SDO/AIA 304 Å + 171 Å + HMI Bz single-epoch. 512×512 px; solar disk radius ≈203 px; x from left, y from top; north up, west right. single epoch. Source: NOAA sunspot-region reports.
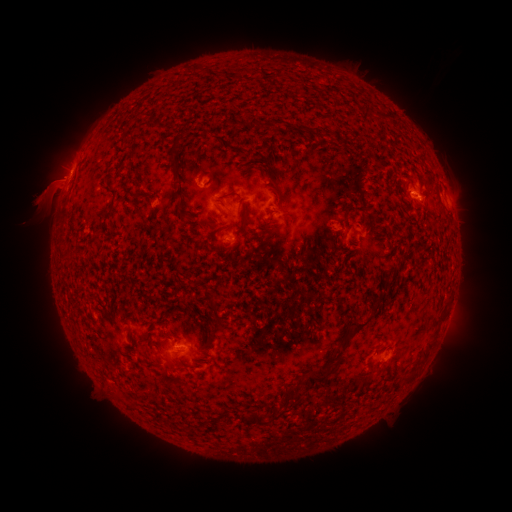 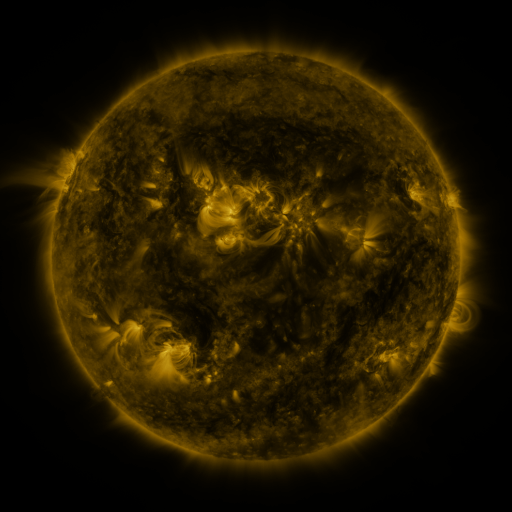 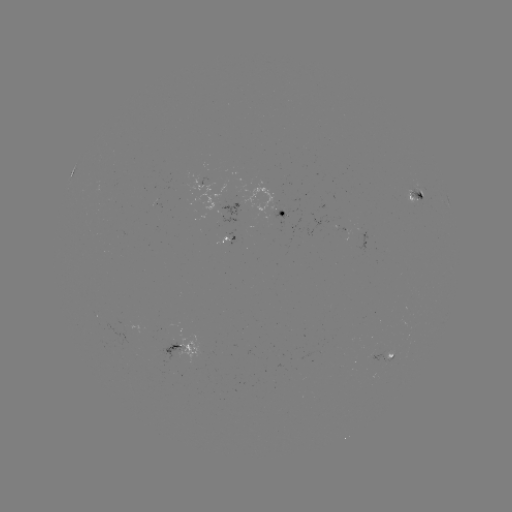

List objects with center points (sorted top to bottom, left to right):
spotted active region: (415, 198)
spotted active region: (232, 208)
spotted active region: (283, 215)
spotted active region: (231, 240)
spotted active region: (182, 349)
spotted active region: (392, 354)
